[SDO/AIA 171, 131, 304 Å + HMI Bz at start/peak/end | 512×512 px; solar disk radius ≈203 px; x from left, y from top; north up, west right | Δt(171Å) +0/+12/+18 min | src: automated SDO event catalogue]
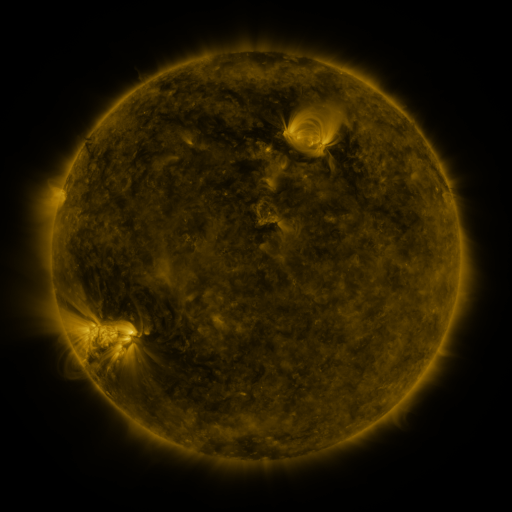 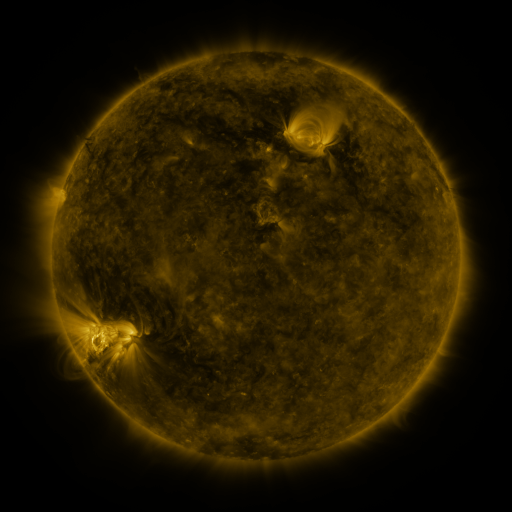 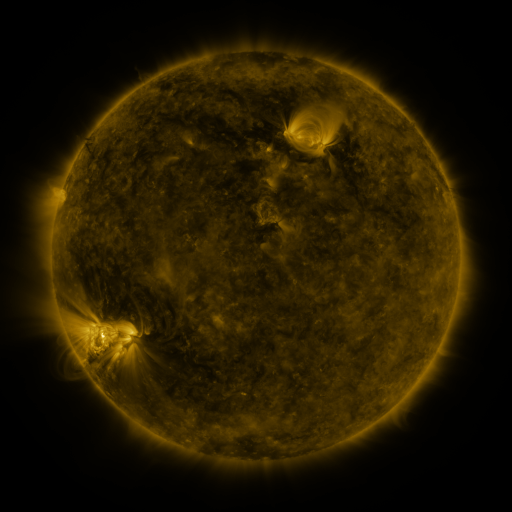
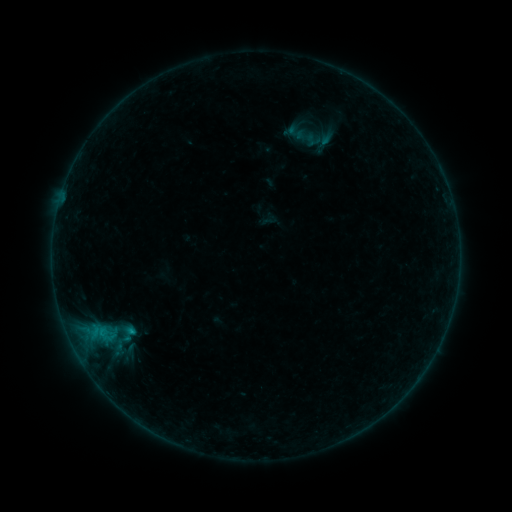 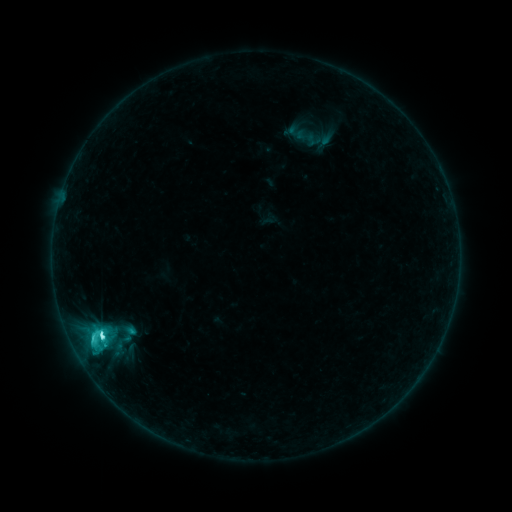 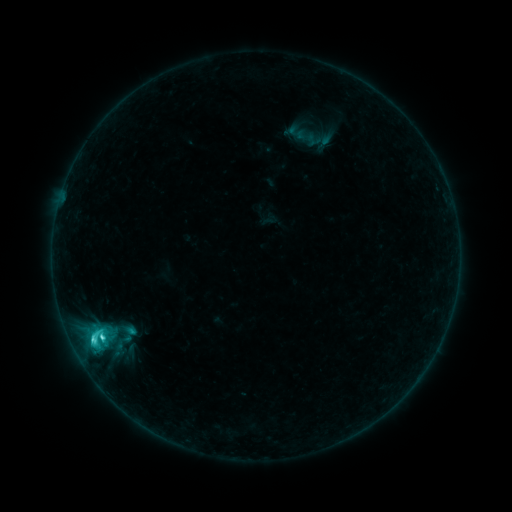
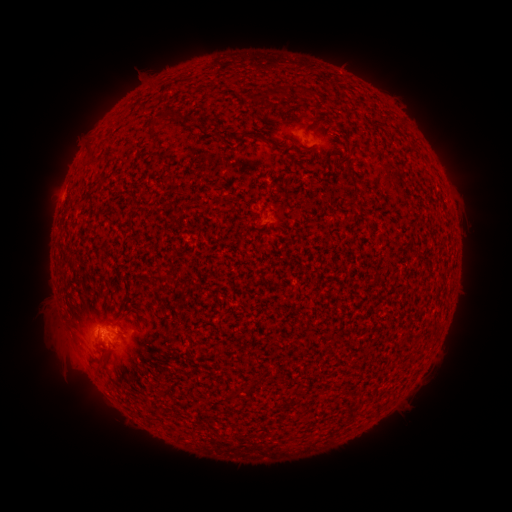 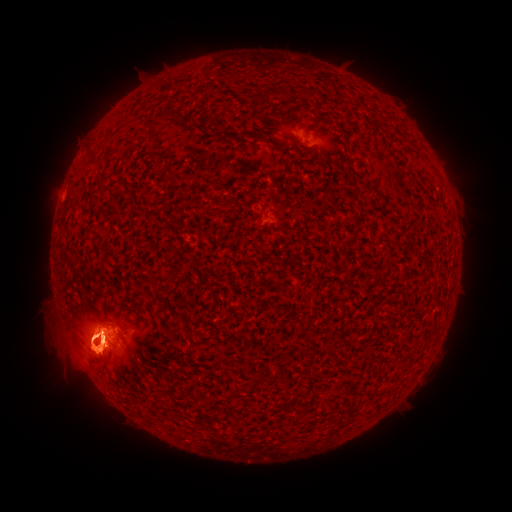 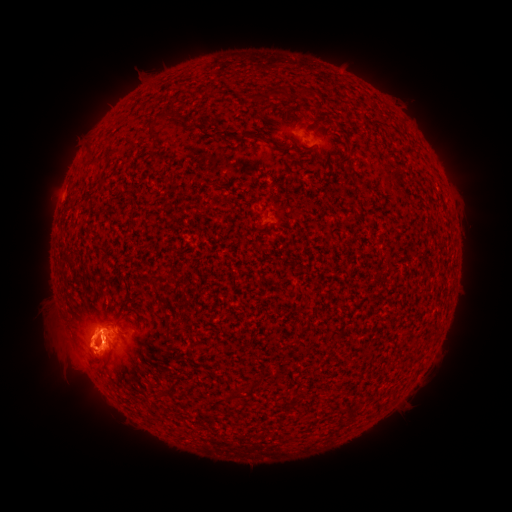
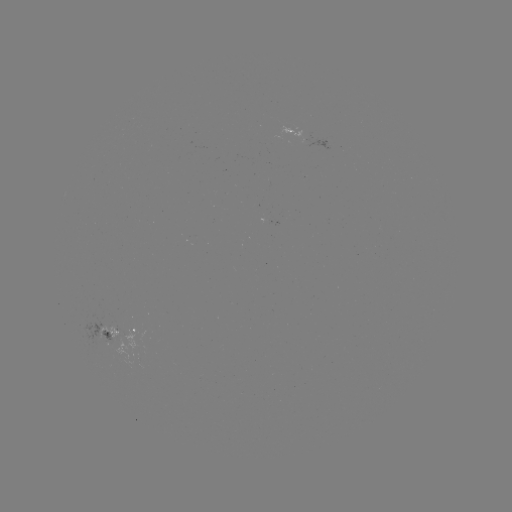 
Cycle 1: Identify C5.4 flare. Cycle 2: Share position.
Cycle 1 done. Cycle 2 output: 102,336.